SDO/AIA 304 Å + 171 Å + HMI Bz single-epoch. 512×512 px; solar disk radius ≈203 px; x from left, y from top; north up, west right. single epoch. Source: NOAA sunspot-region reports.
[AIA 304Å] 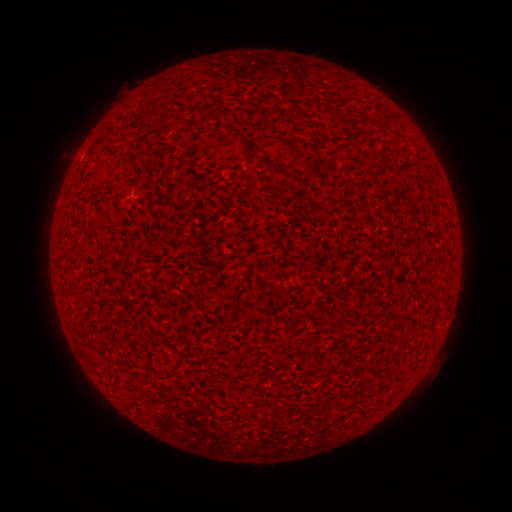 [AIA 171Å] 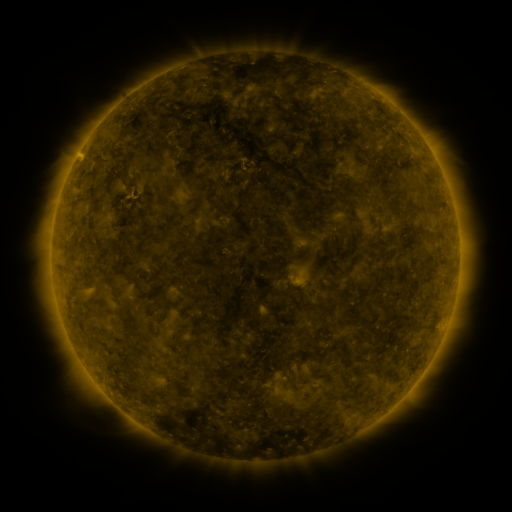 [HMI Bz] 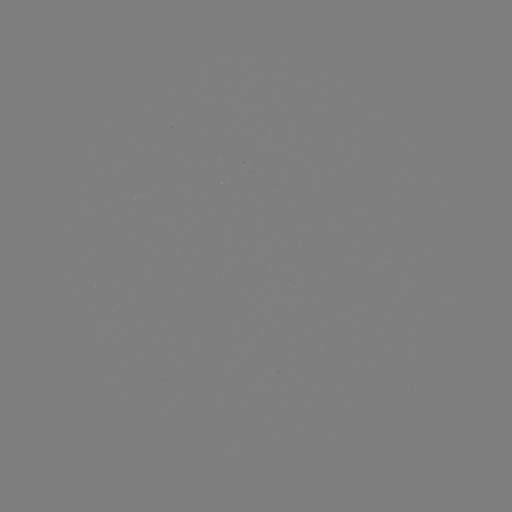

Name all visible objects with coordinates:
(none)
